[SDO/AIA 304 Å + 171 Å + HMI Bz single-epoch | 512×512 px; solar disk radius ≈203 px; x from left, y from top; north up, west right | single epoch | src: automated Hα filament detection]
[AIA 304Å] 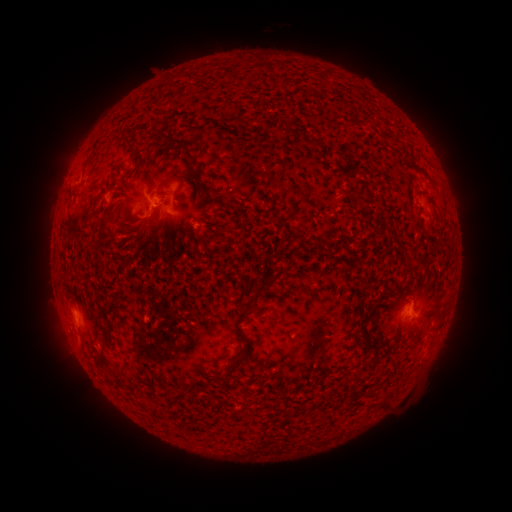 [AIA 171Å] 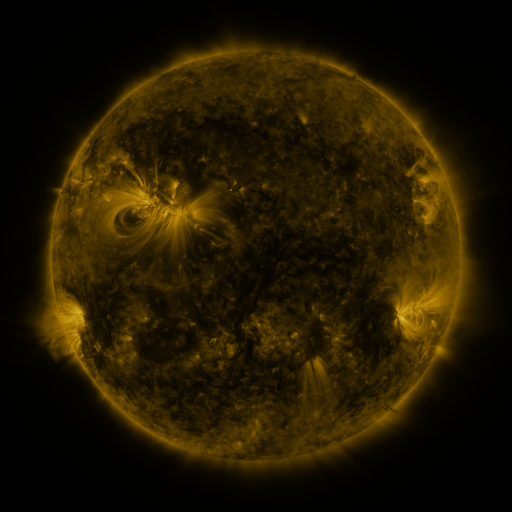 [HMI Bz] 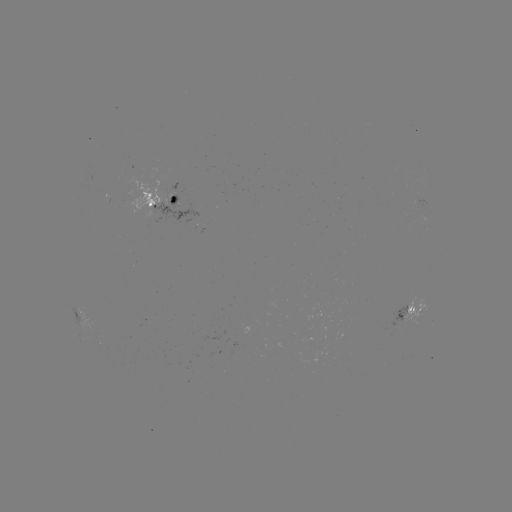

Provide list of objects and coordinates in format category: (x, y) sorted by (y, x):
filament: (177, 141)
filament: (312, 143)
filament: (132, 145)
filament: (166, 182)
filament: (373, 185)
filament: (421, 194)
filament: (371, 198)
filament: (207, 241)
filament: (245, 313)
filament: (104, 333)
filament: (239, 360)
filament: (207, 401)
filament: (151, 405)
